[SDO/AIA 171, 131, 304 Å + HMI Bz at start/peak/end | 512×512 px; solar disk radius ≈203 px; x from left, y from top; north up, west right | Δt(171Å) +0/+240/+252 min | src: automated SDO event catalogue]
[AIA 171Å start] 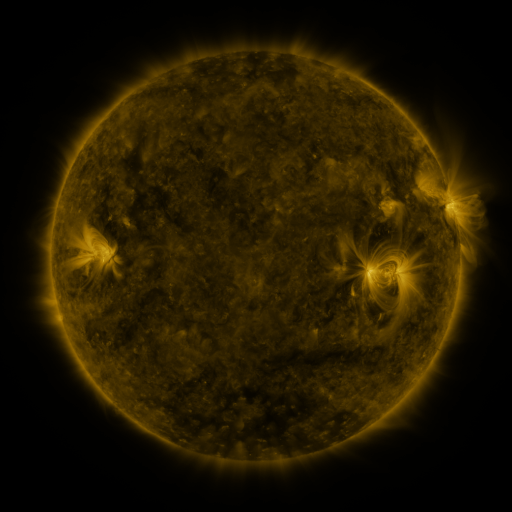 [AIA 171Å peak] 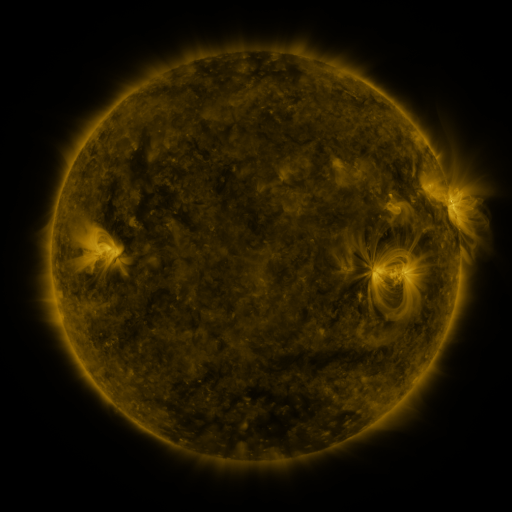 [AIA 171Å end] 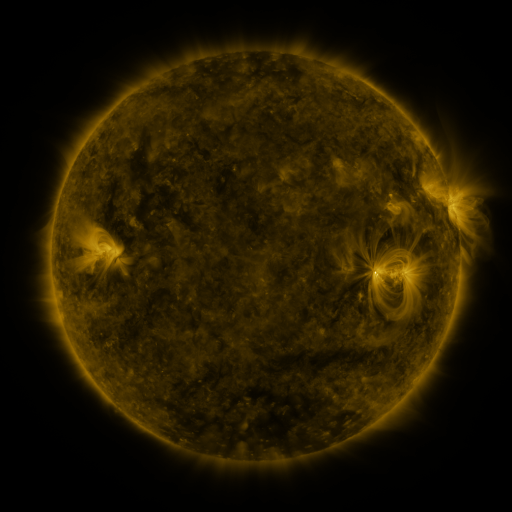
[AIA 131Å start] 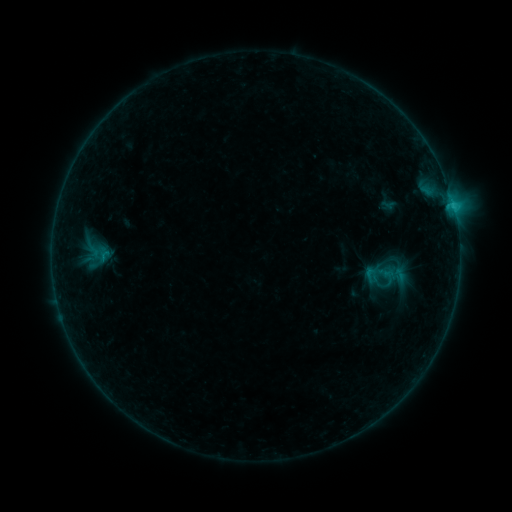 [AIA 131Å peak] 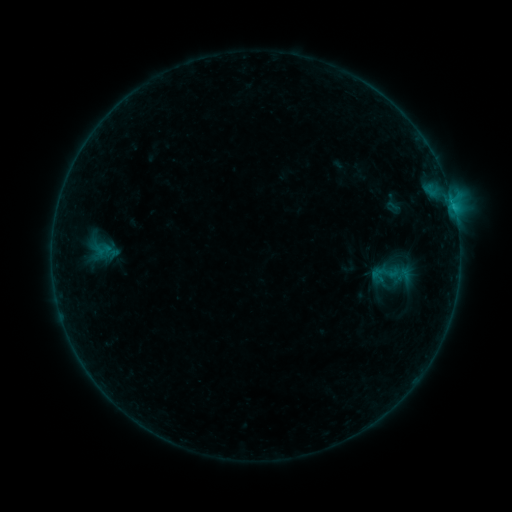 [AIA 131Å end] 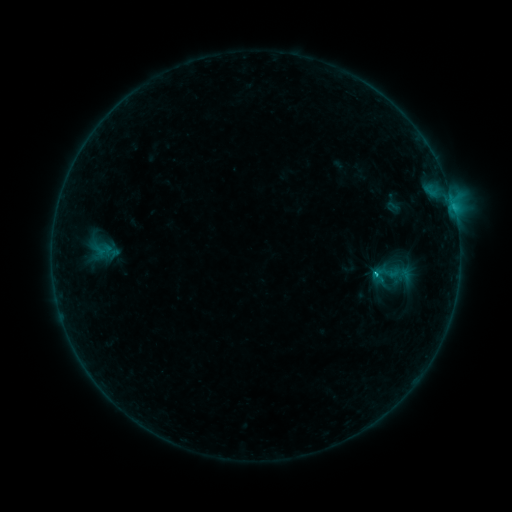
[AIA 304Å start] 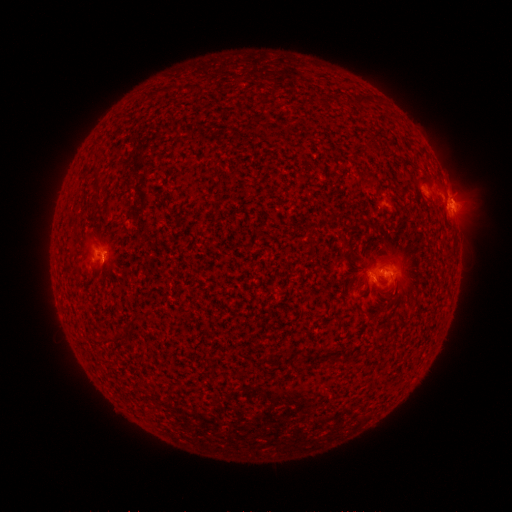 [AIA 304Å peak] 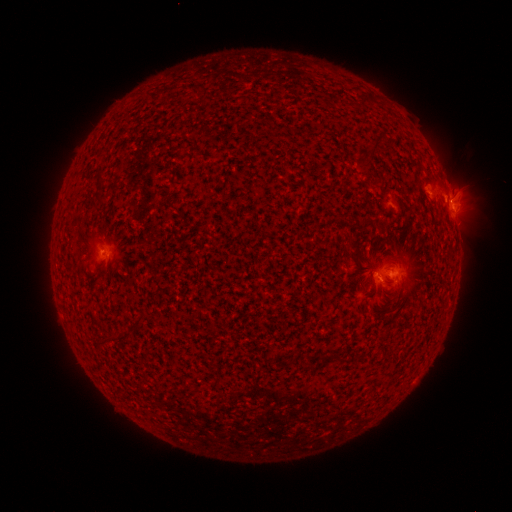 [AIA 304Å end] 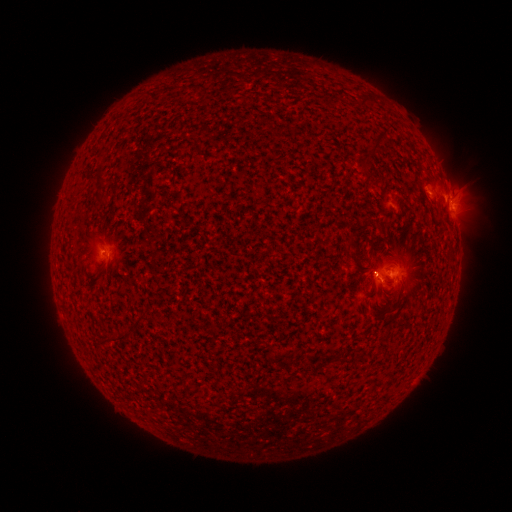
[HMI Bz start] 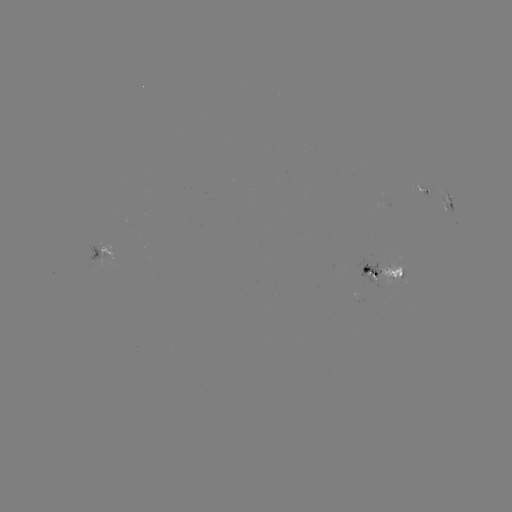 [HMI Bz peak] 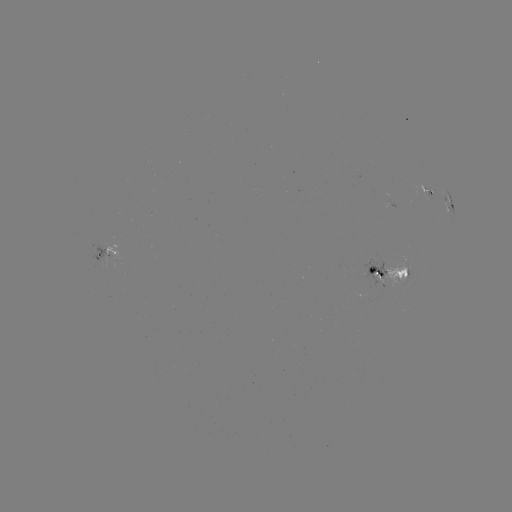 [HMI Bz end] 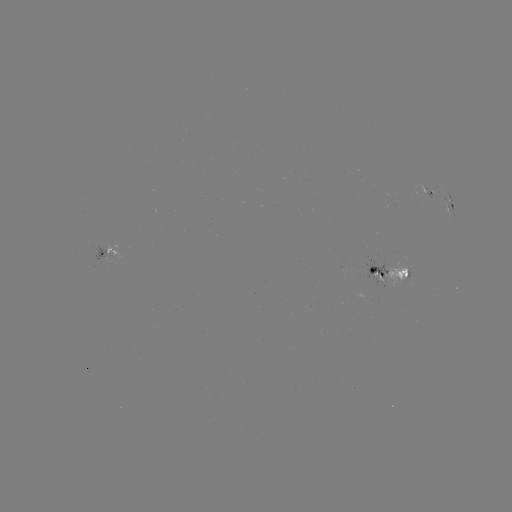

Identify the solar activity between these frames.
emerging-flux region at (375, 272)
